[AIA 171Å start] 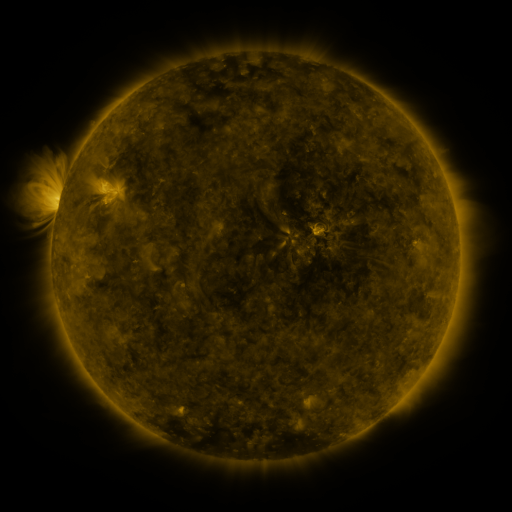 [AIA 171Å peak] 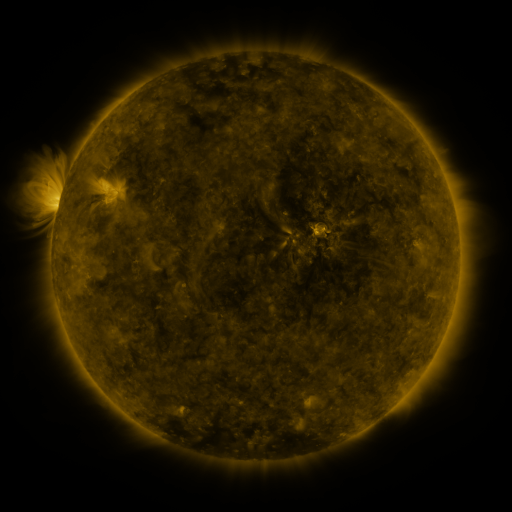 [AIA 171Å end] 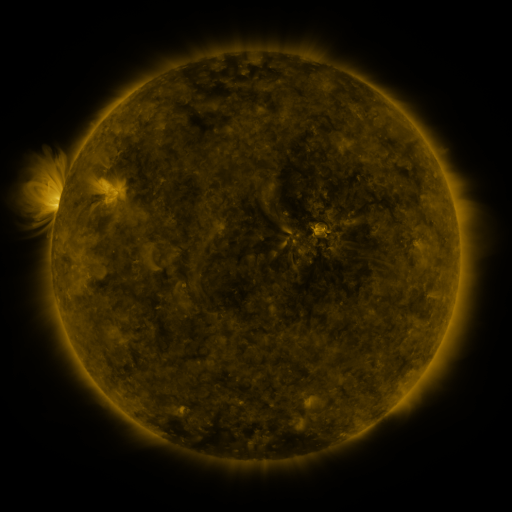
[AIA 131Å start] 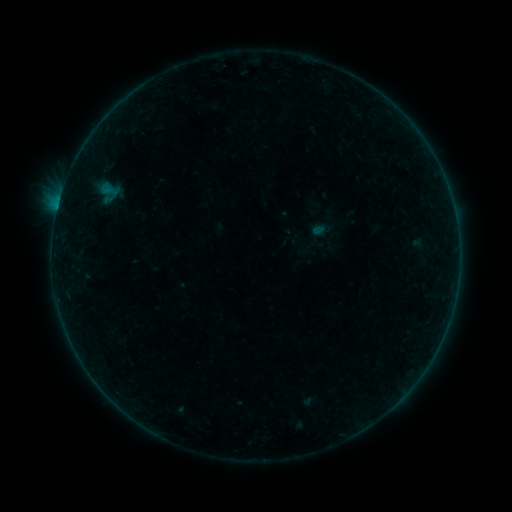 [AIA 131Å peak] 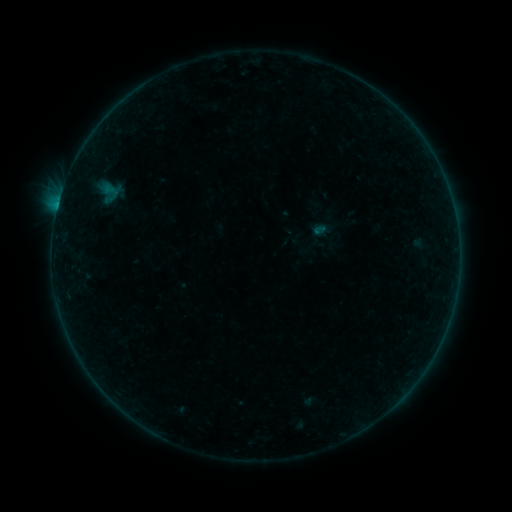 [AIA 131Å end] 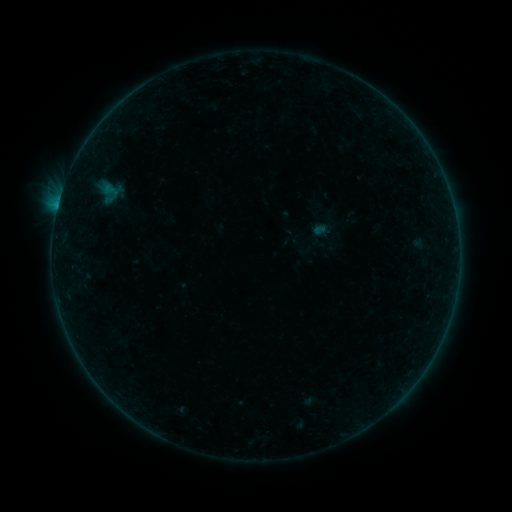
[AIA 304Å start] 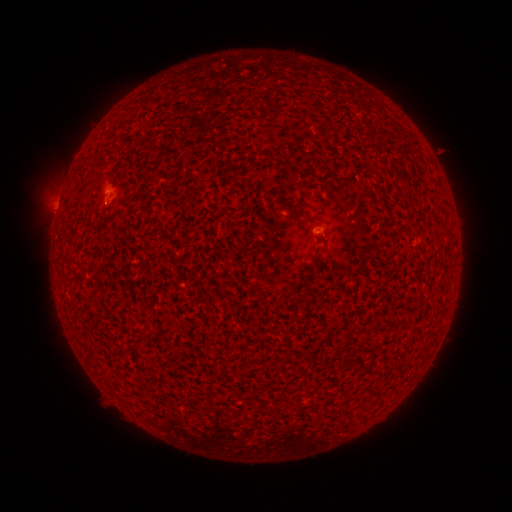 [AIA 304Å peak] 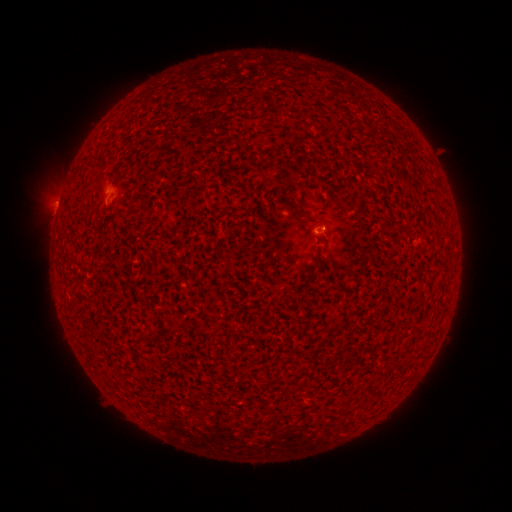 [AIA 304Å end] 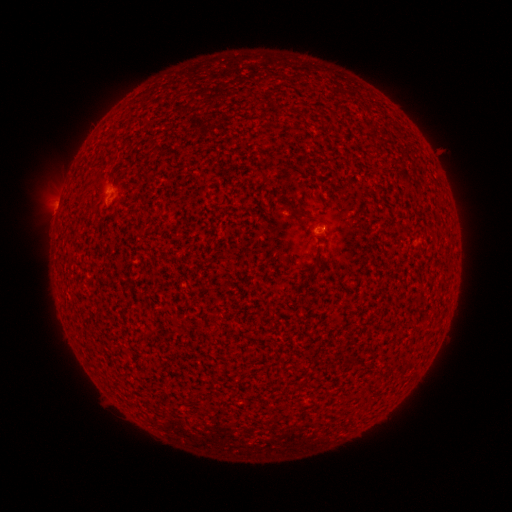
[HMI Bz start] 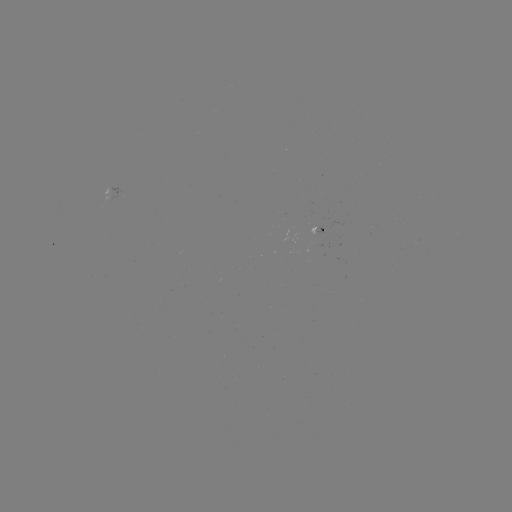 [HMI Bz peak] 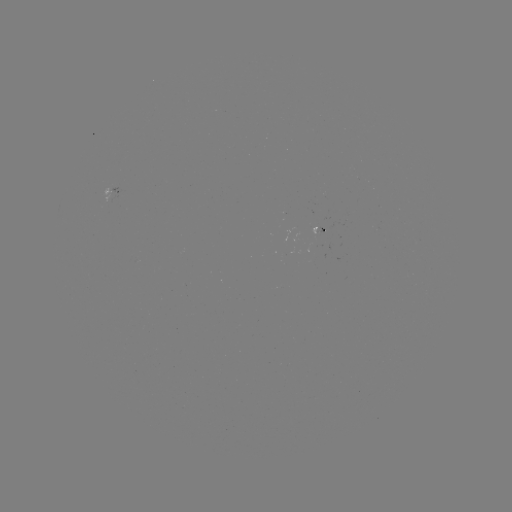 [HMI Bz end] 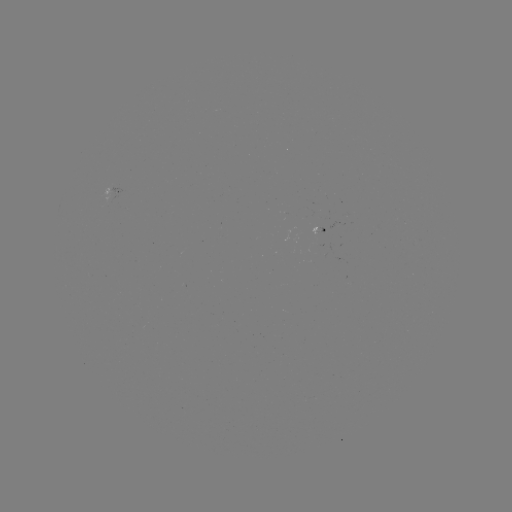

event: flare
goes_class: B1.7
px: (58, 206)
